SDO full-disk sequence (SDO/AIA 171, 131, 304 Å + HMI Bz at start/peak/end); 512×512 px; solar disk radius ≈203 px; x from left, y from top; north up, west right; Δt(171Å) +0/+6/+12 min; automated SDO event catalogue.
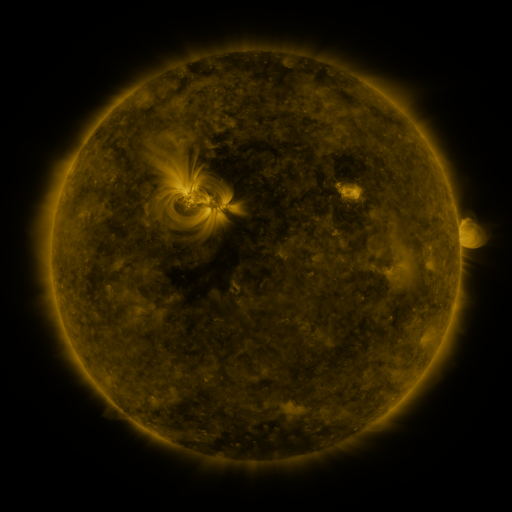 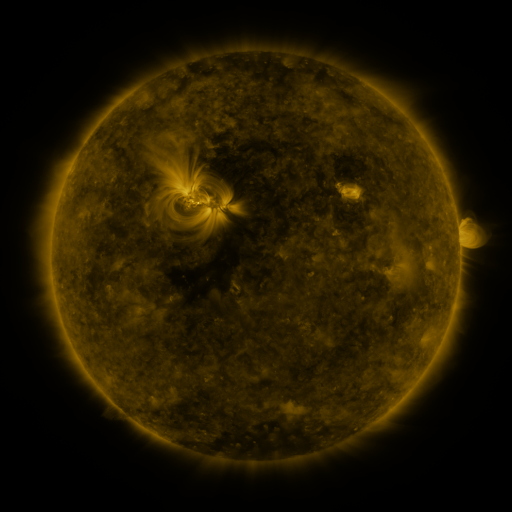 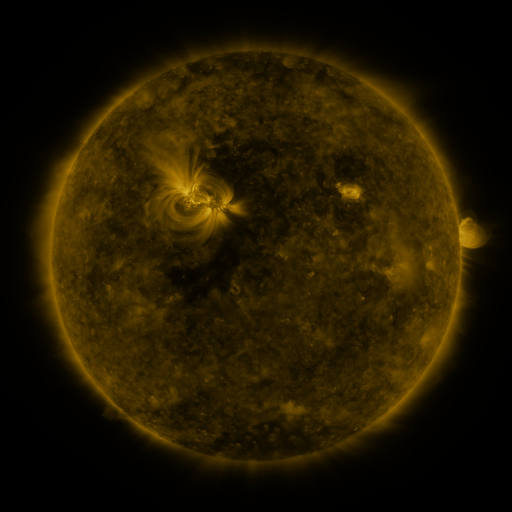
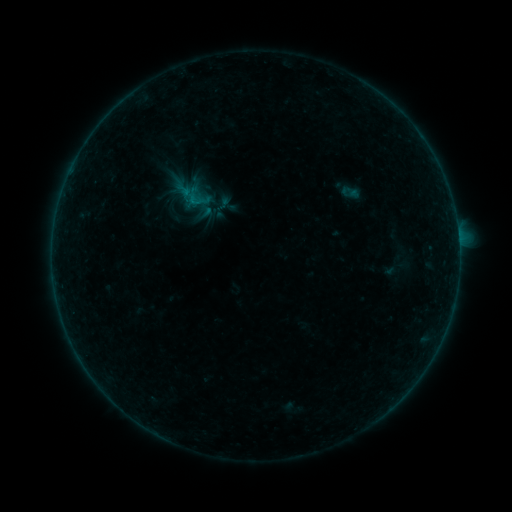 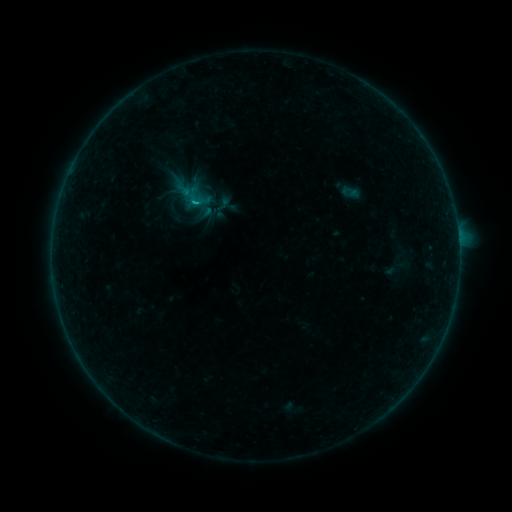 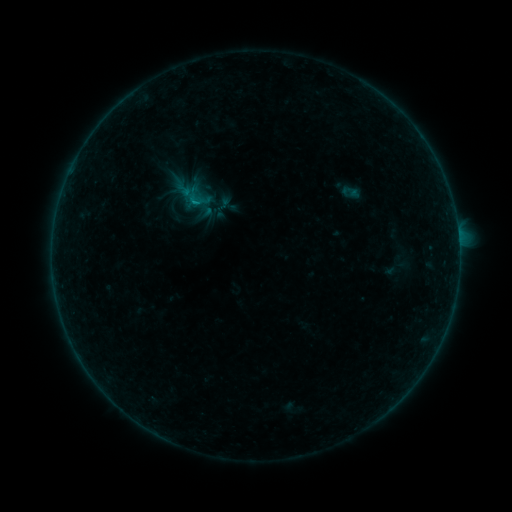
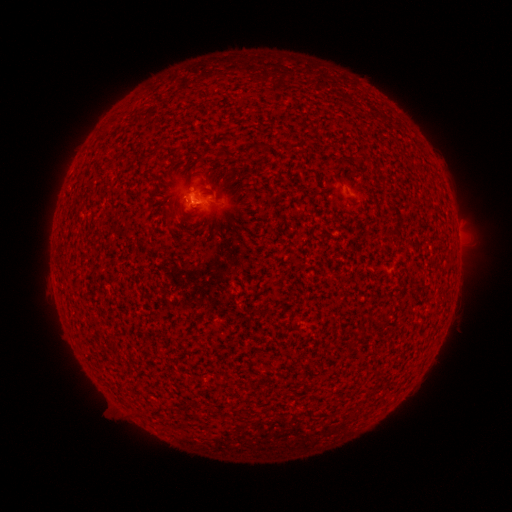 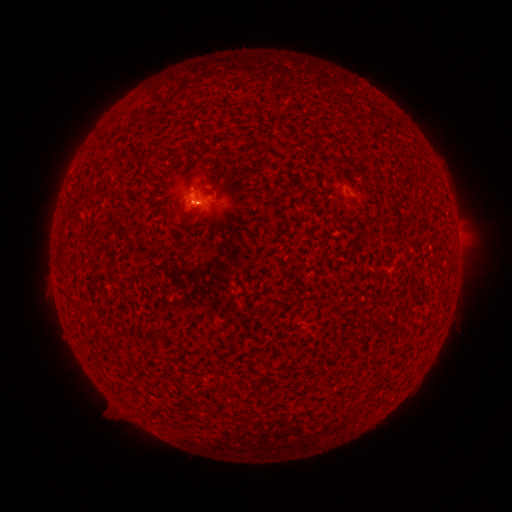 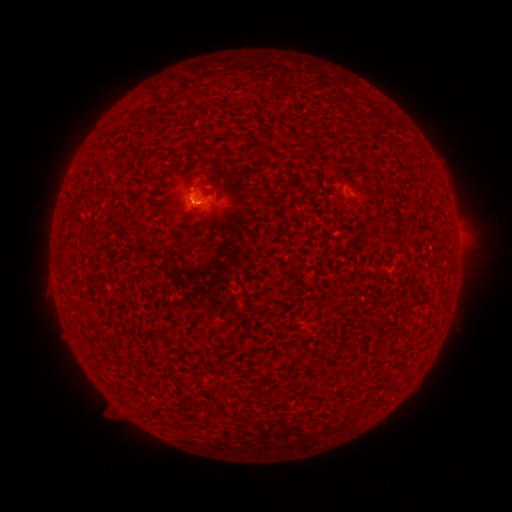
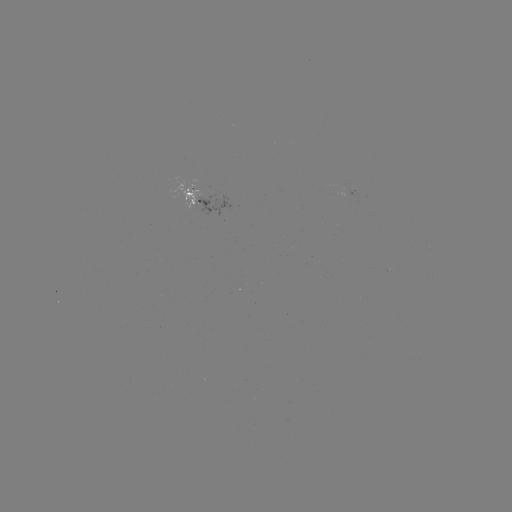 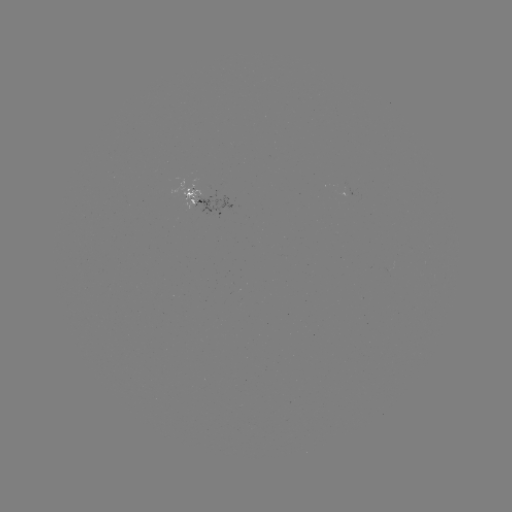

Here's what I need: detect B2.7 flare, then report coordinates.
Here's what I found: B2.7 flare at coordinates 197,206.